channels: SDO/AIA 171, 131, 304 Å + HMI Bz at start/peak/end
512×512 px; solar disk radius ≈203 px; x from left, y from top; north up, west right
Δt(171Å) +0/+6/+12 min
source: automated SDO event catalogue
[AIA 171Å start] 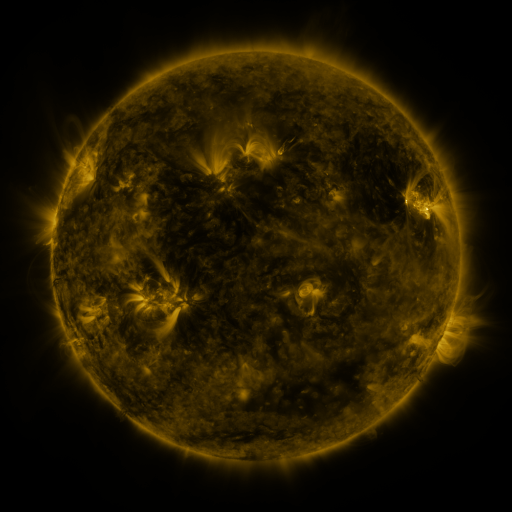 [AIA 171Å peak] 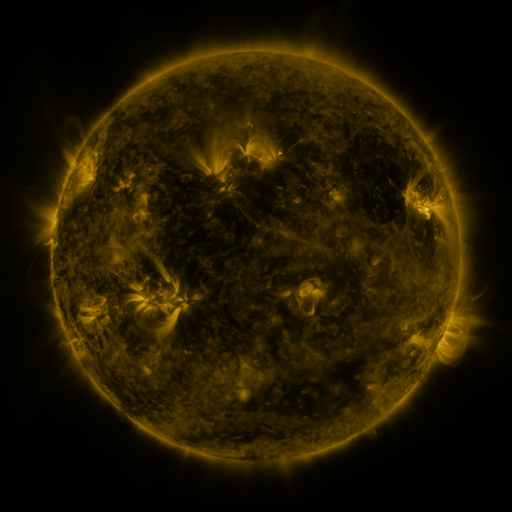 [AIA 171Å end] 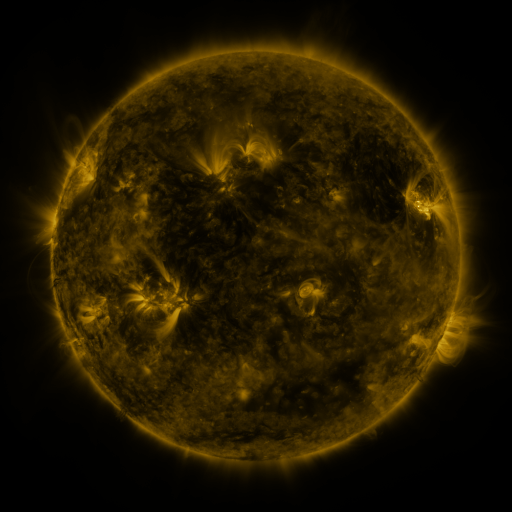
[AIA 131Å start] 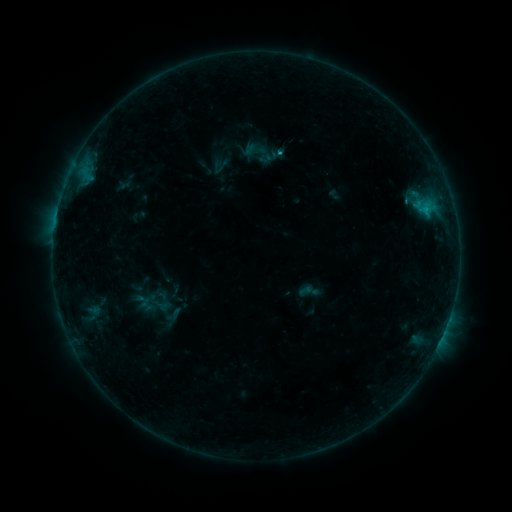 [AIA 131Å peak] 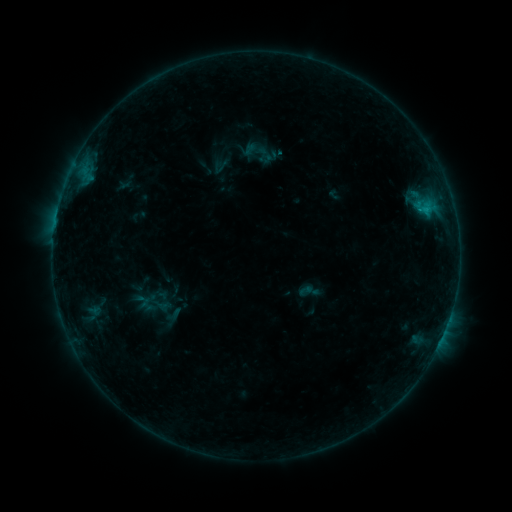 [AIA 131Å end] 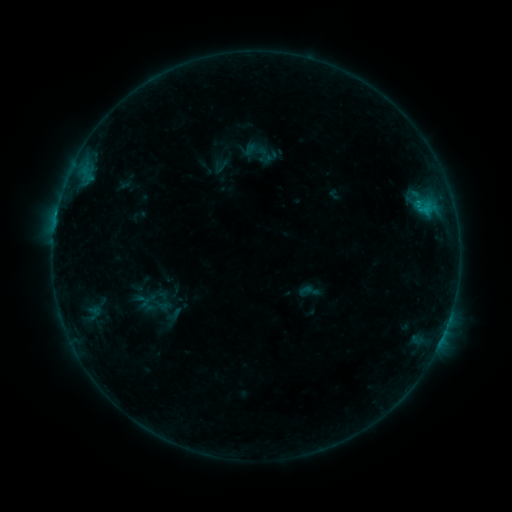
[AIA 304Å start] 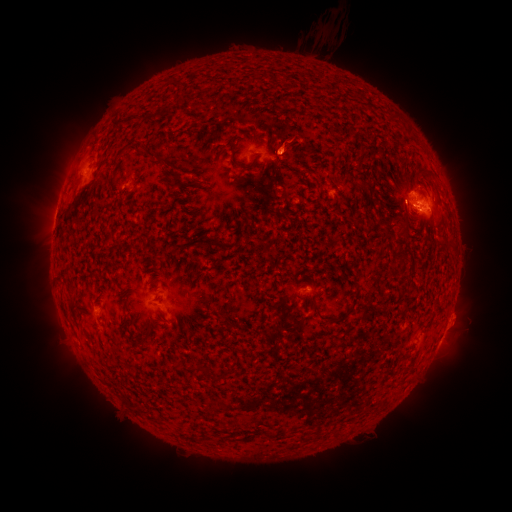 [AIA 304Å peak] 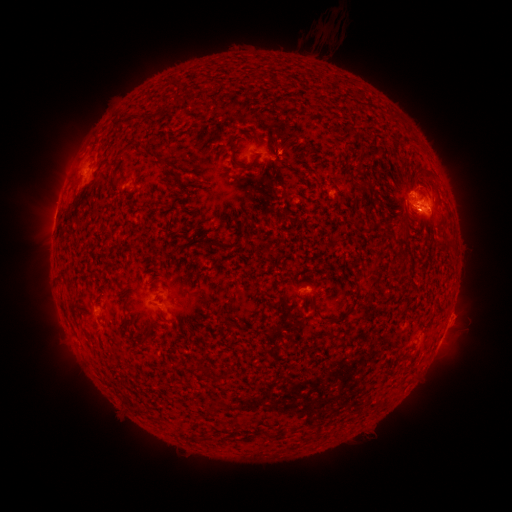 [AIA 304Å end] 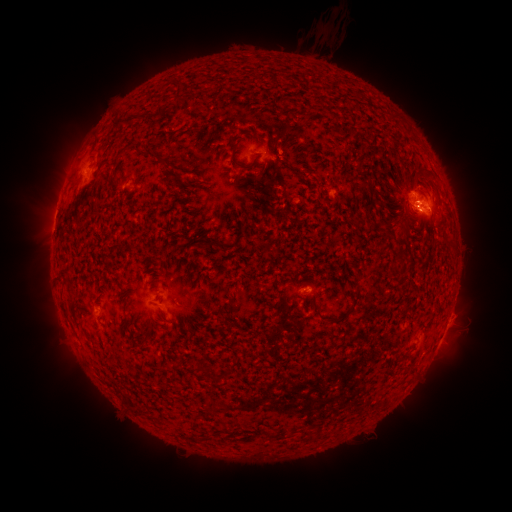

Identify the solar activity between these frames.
eruption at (423, 209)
